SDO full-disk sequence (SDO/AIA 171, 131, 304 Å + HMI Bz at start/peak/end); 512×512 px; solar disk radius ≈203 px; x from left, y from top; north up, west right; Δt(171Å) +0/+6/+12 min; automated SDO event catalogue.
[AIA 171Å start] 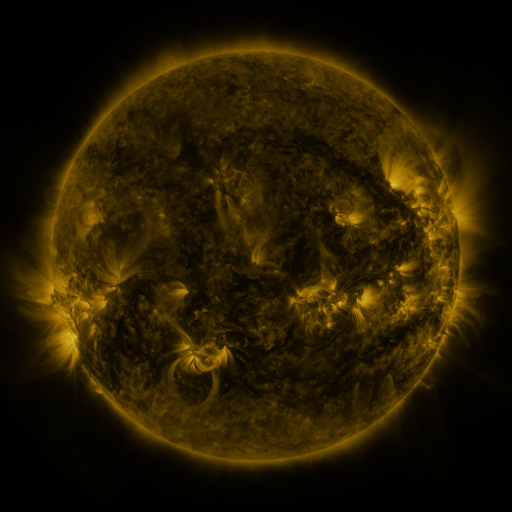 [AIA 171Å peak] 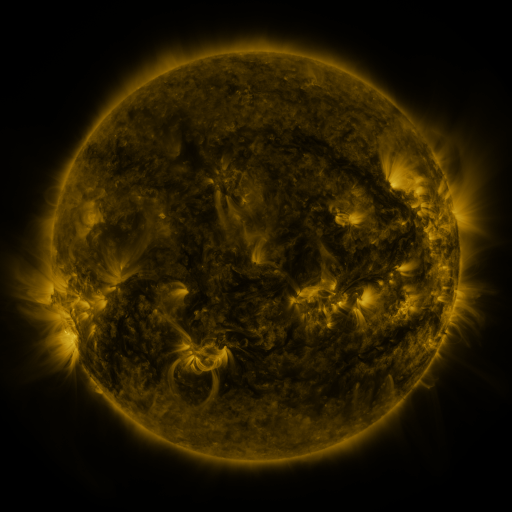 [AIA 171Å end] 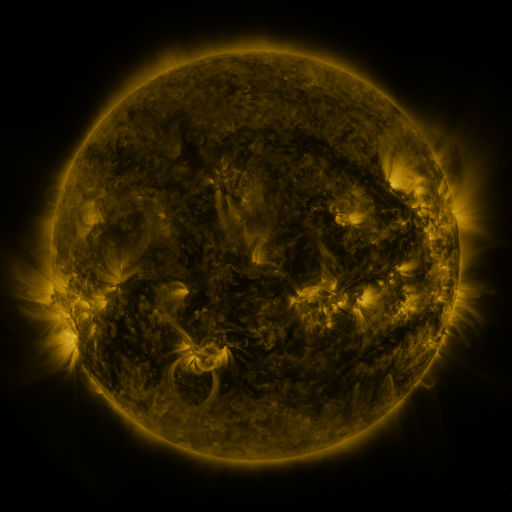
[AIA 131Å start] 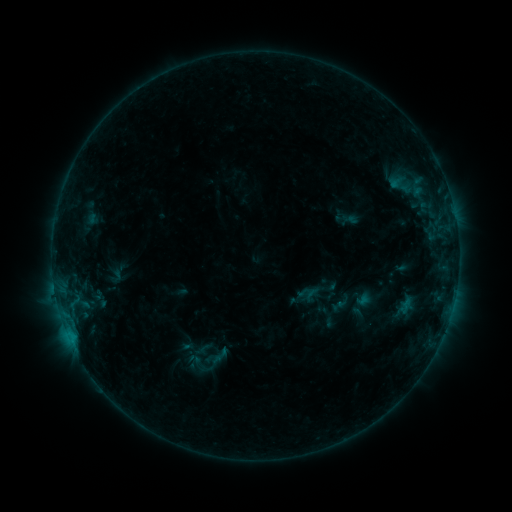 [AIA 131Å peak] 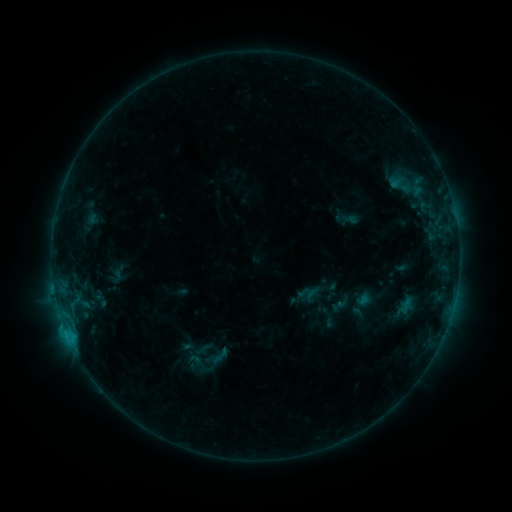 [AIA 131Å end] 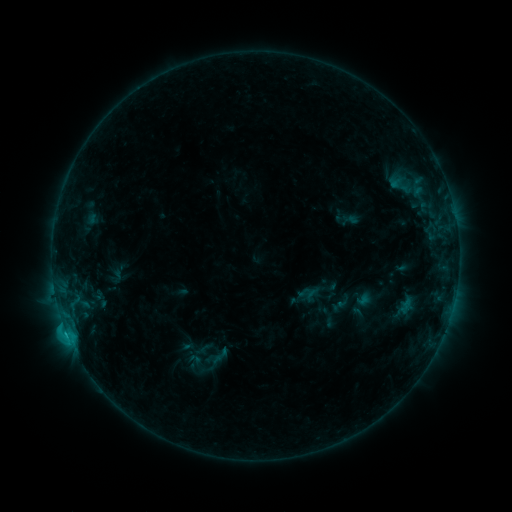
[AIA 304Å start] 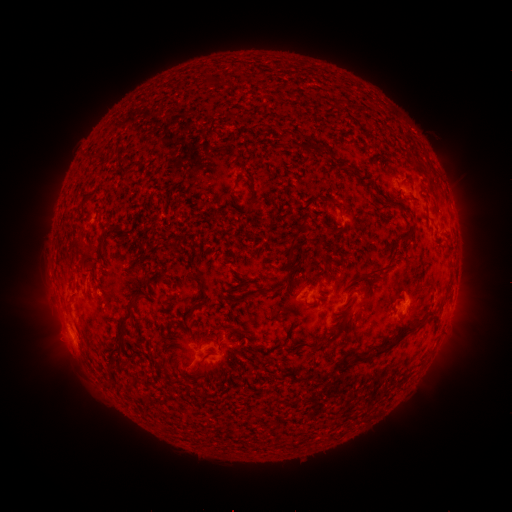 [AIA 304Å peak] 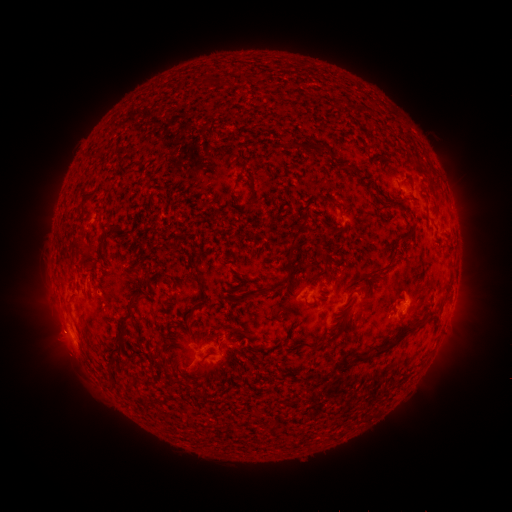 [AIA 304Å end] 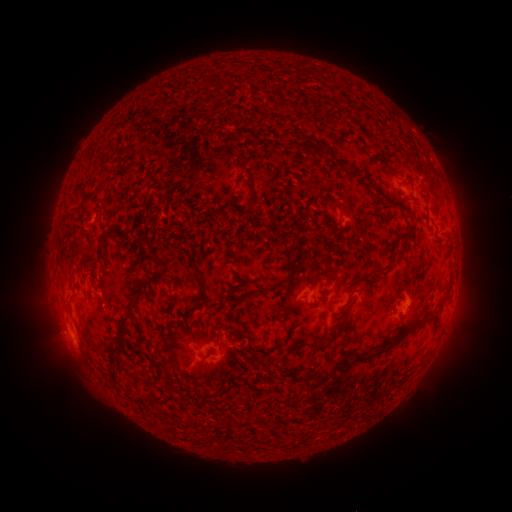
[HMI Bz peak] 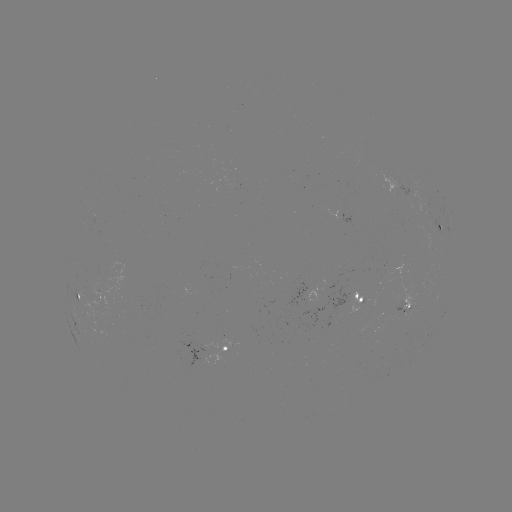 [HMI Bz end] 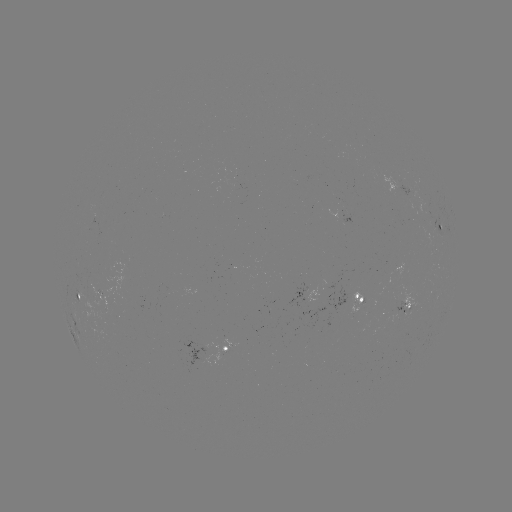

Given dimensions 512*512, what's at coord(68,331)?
eruption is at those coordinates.